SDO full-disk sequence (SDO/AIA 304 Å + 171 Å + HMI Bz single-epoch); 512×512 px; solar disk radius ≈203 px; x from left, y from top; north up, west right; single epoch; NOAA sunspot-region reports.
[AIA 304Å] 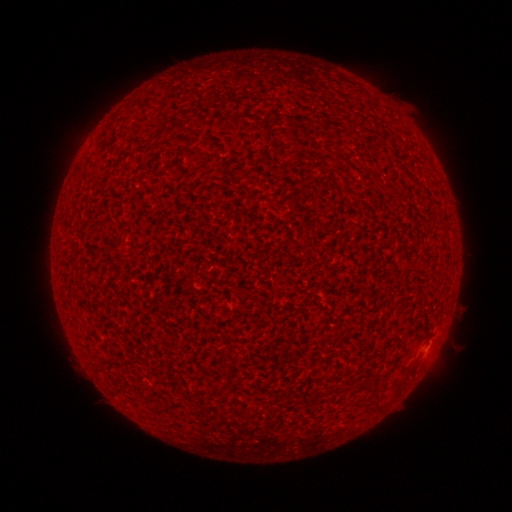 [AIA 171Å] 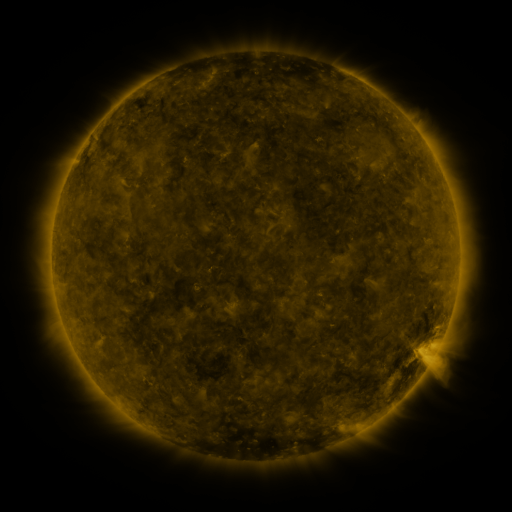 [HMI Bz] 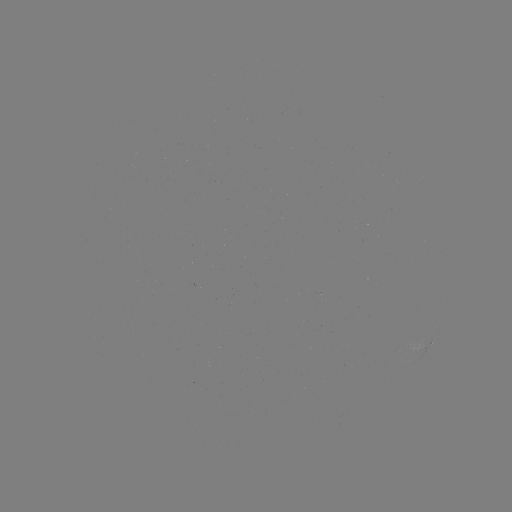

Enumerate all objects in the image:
(none)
